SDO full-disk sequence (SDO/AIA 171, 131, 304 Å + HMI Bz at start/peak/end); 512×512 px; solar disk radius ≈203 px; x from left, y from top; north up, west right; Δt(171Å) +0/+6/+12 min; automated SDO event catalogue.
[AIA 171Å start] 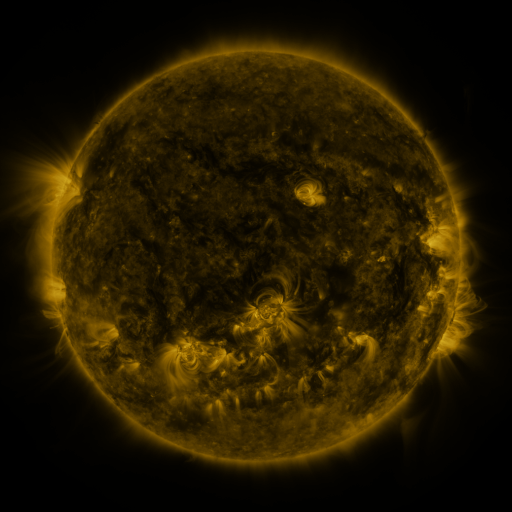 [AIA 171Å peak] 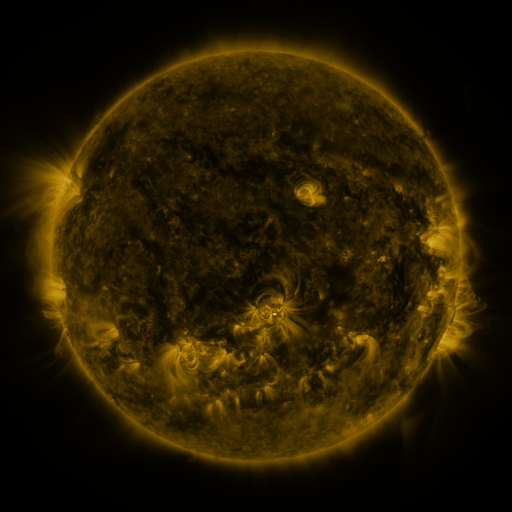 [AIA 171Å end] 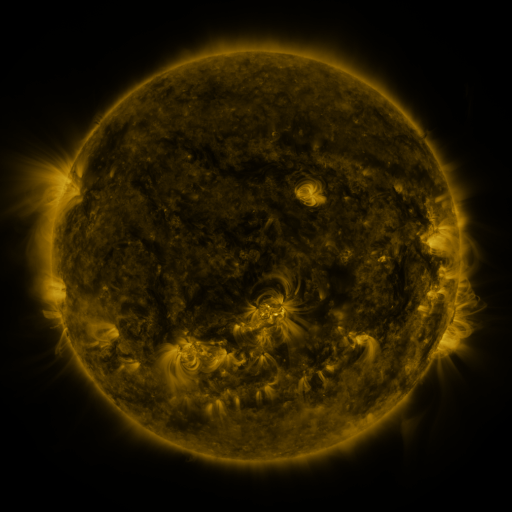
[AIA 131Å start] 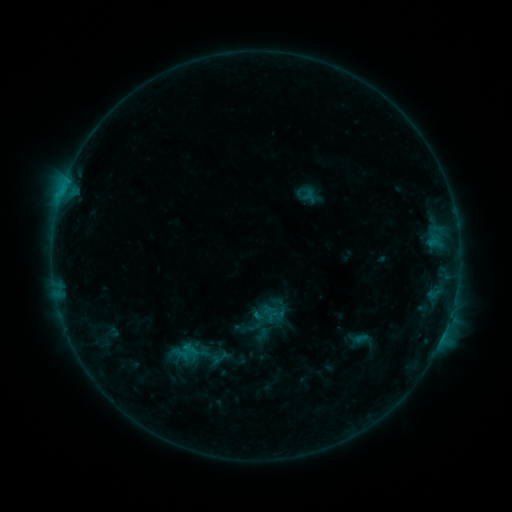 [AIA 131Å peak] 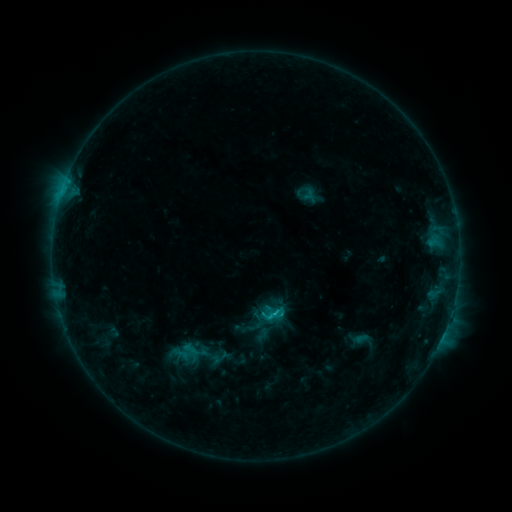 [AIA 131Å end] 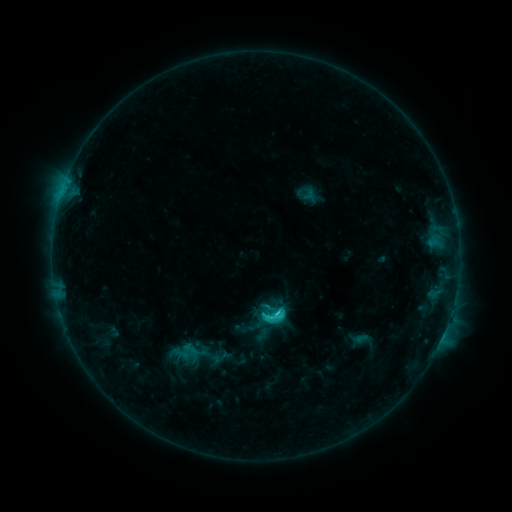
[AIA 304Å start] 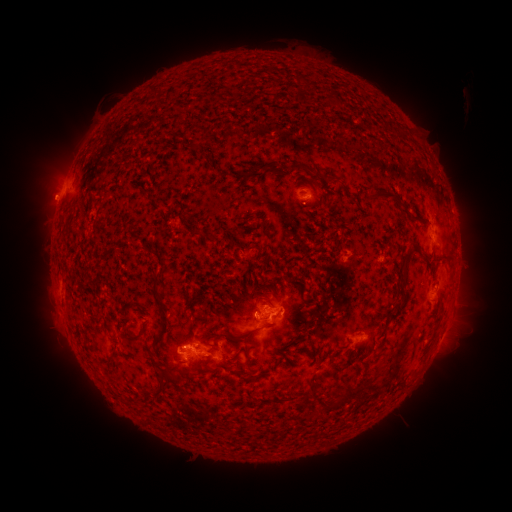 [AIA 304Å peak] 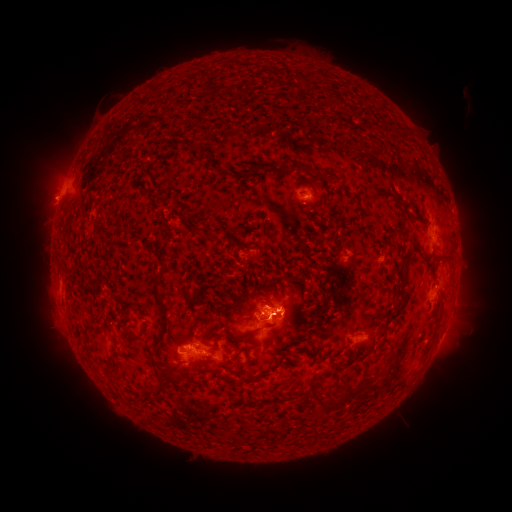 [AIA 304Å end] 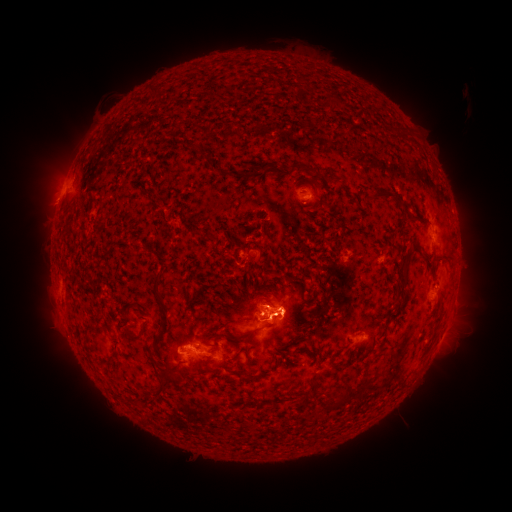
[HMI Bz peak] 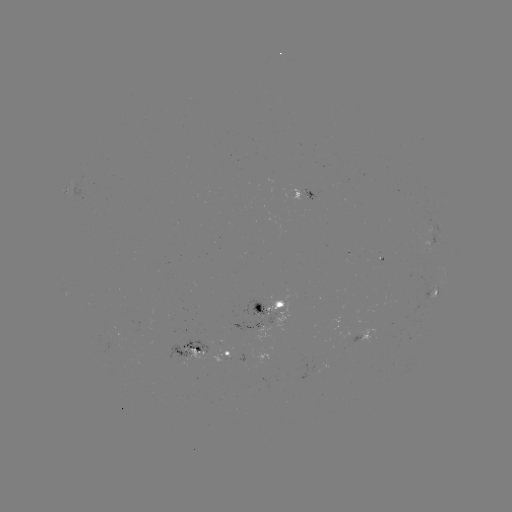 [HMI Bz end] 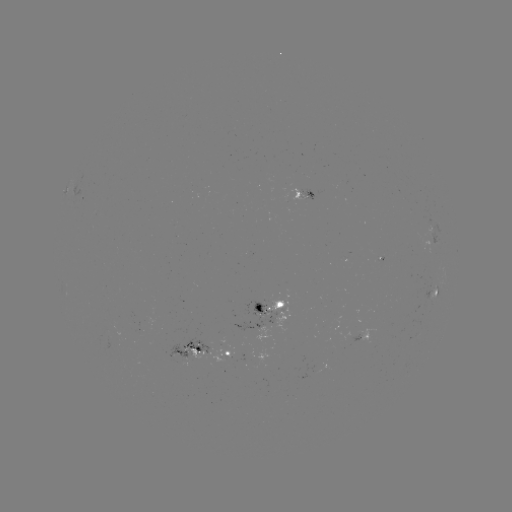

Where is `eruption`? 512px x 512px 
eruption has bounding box [233, 274, 321, 353].